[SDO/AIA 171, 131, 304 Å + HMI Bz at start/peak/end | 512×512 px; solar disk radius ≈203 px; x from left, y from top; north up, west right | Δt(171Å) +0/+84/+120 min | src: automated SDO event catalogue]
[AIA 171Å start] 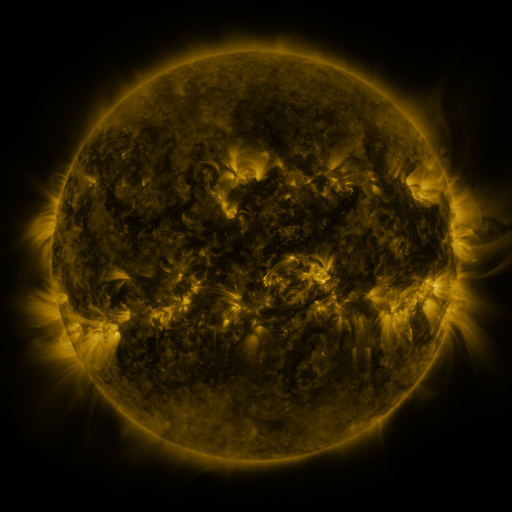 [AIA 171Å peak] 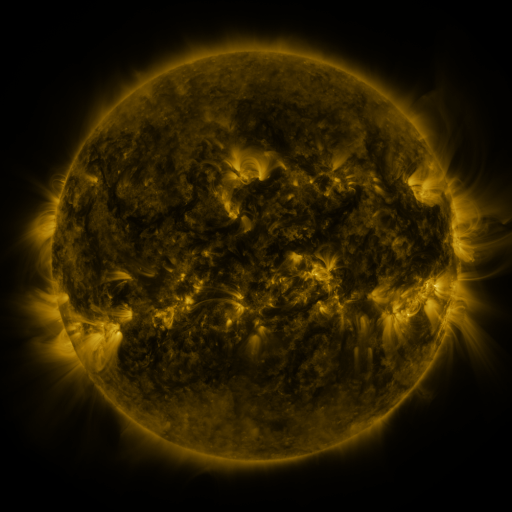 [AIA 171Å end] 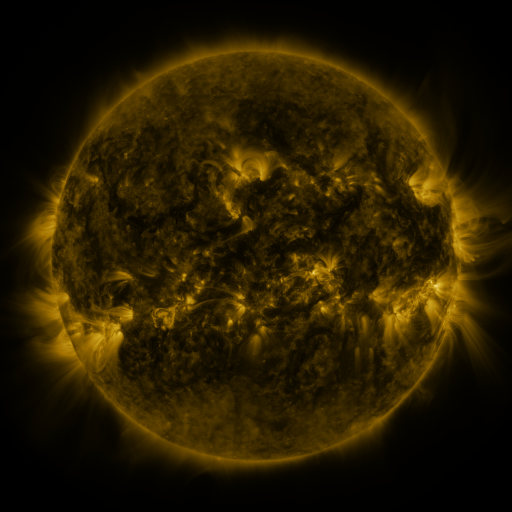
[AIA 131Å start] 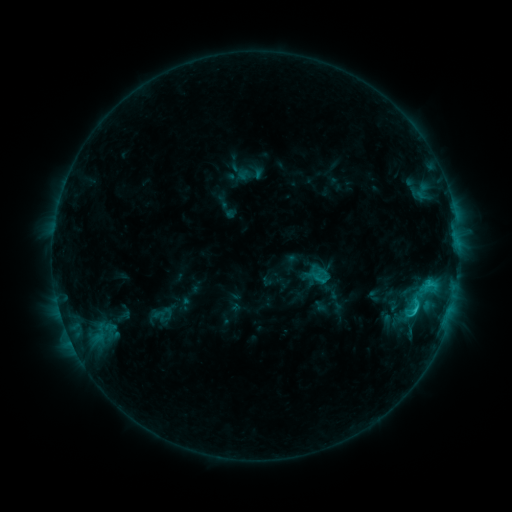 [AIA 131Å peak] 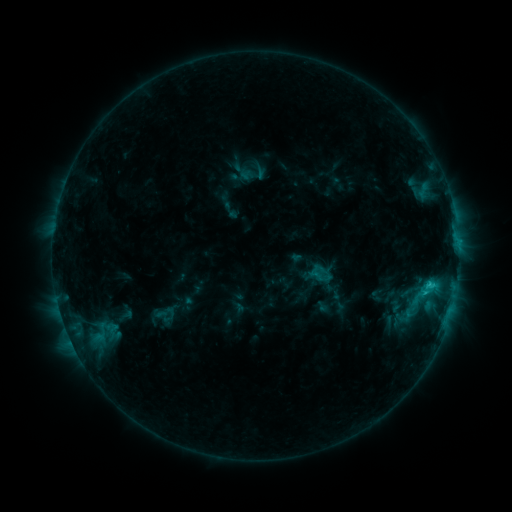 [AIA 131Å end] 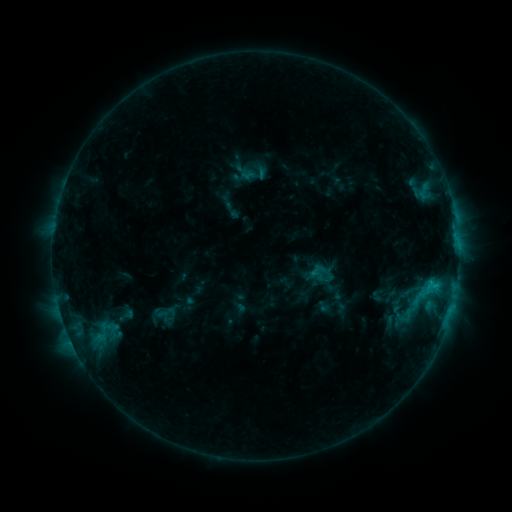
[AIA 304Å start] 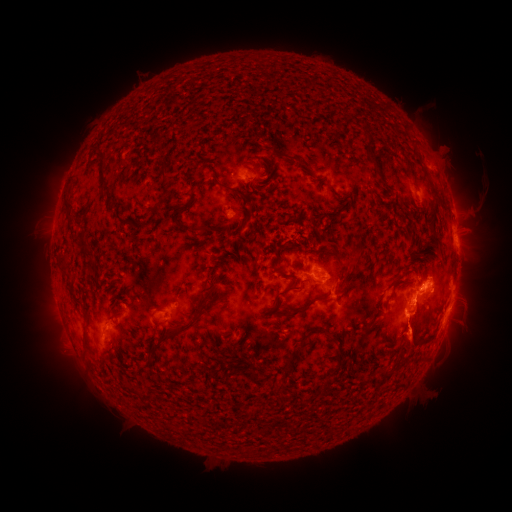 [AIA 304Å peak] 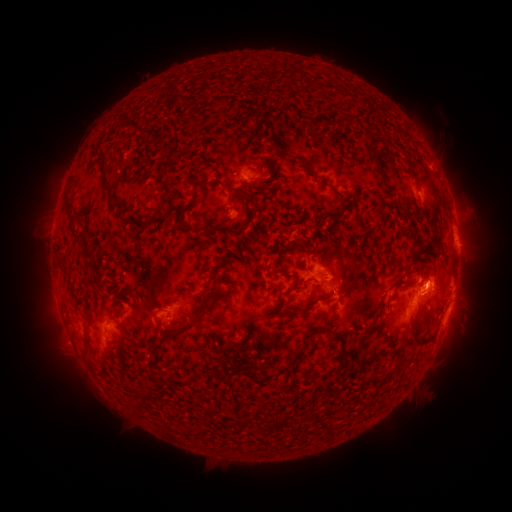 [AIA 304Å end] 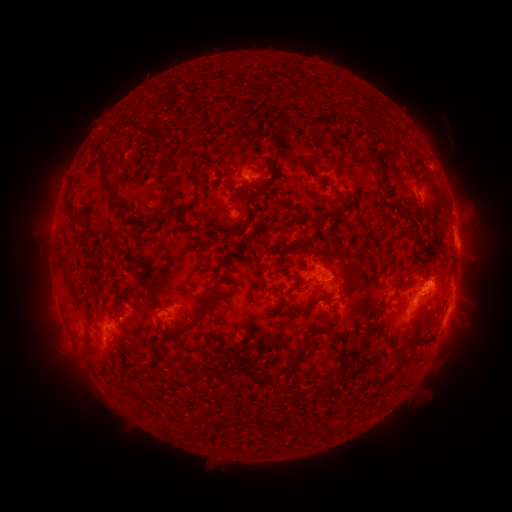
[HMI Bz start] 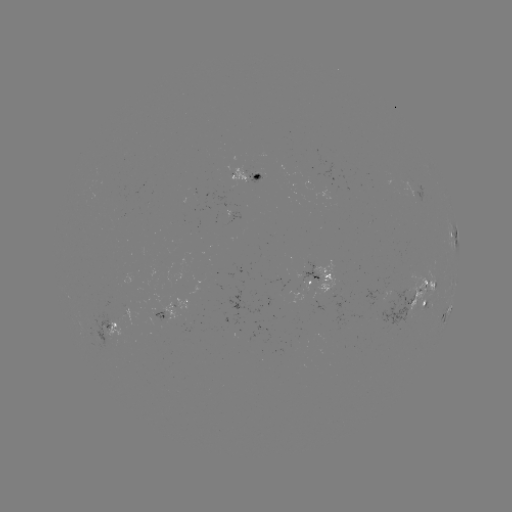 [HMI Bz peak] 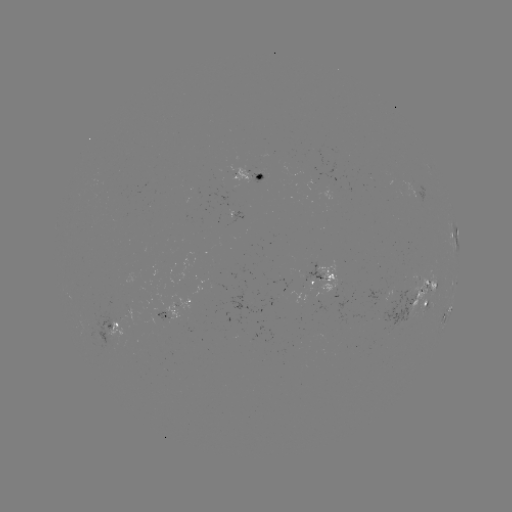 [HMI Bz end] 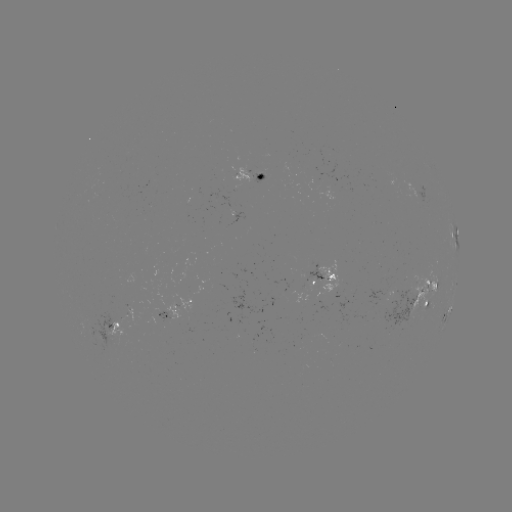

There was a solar emerging-flux region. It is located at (387, 292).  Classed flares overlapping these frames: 2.